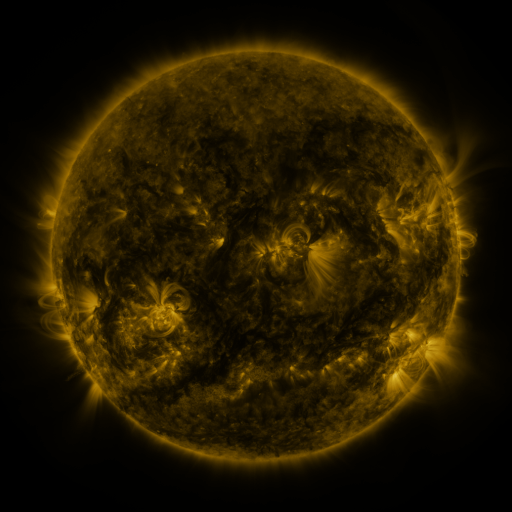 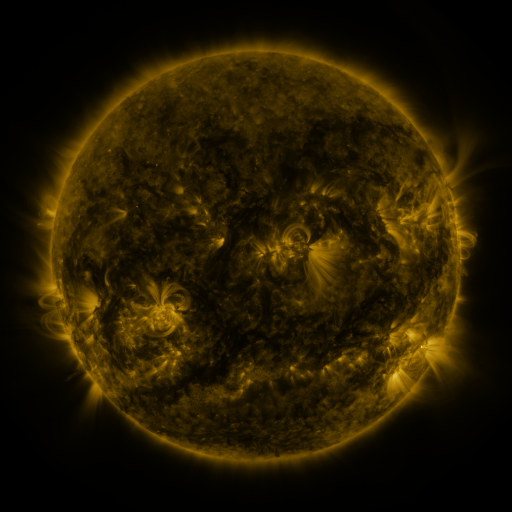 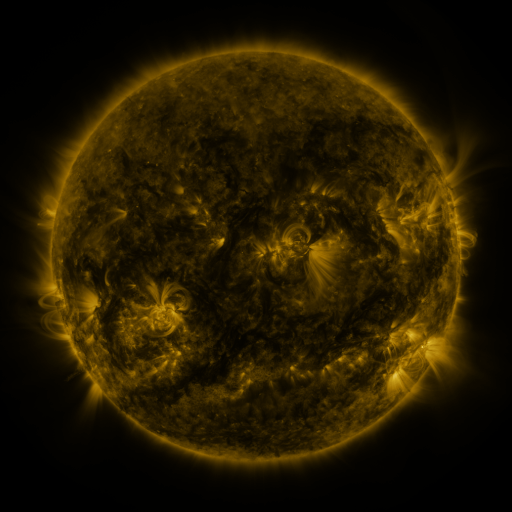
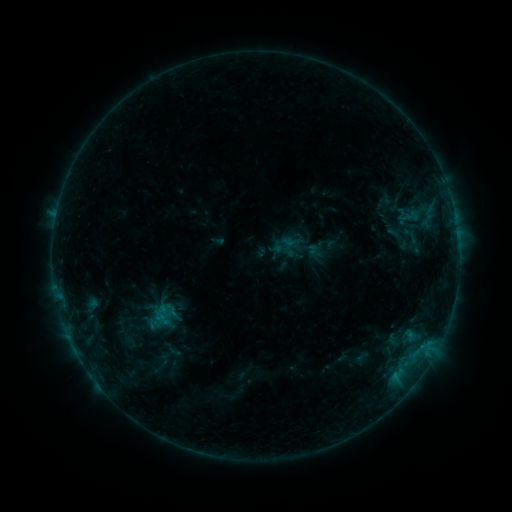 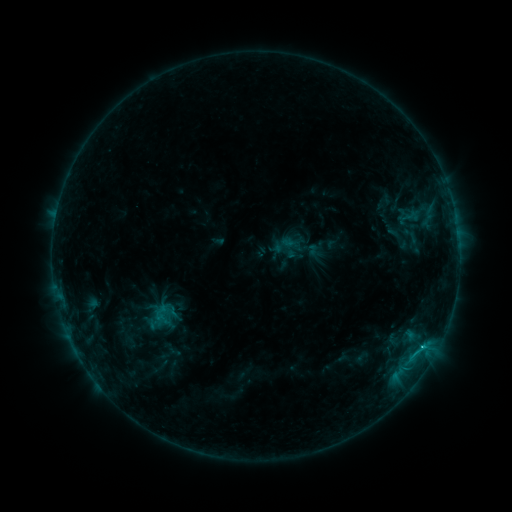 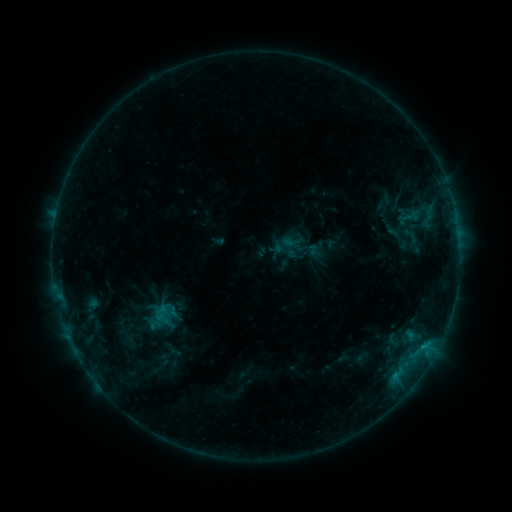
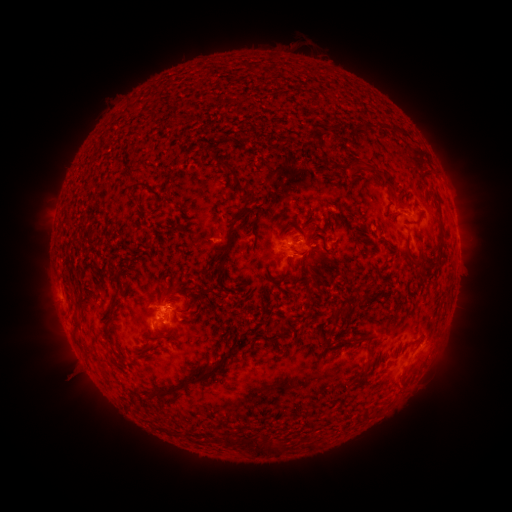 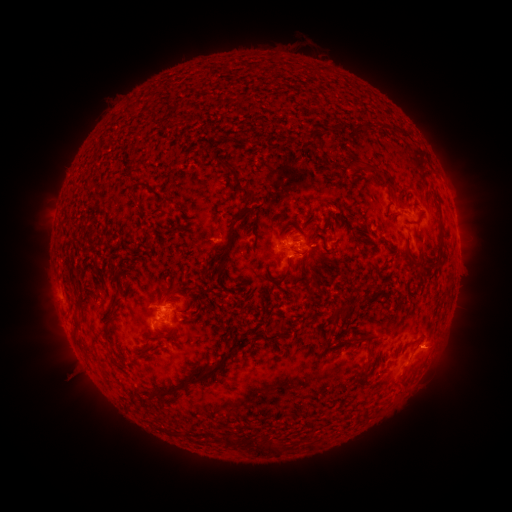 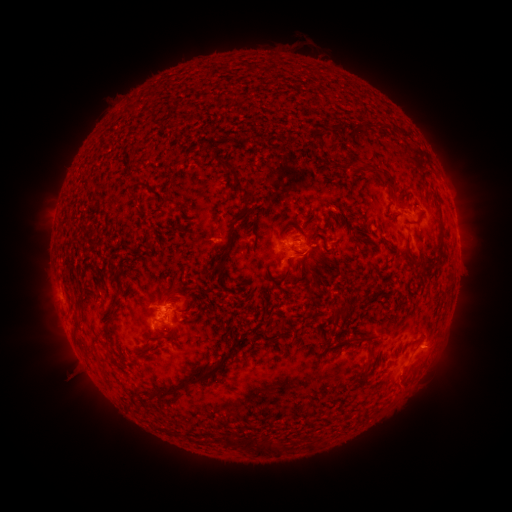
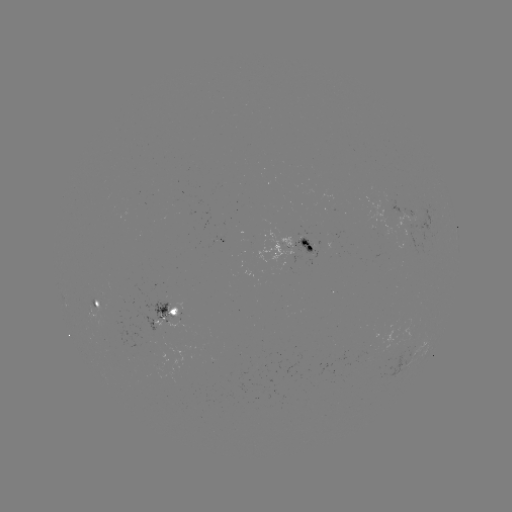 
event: flare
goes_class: C1.0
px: (423, 345)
